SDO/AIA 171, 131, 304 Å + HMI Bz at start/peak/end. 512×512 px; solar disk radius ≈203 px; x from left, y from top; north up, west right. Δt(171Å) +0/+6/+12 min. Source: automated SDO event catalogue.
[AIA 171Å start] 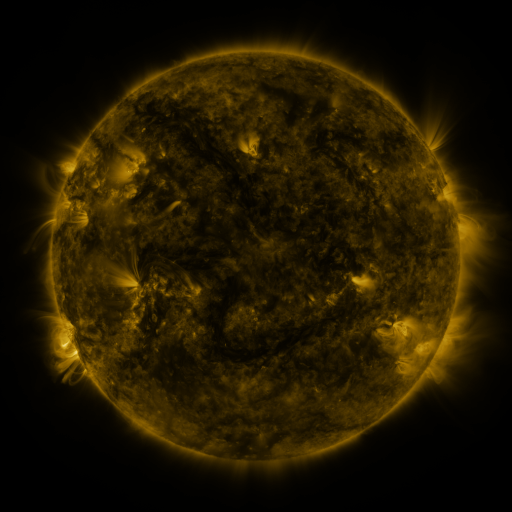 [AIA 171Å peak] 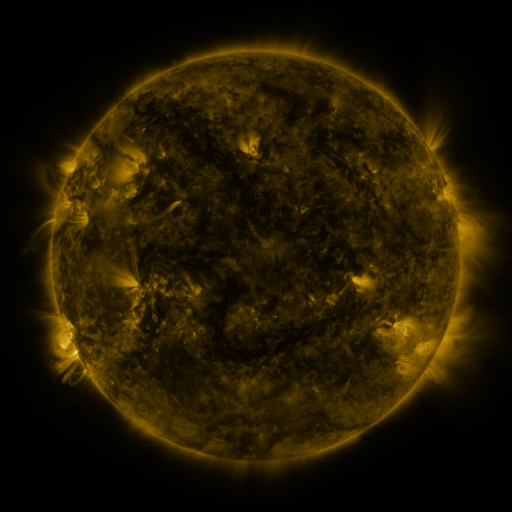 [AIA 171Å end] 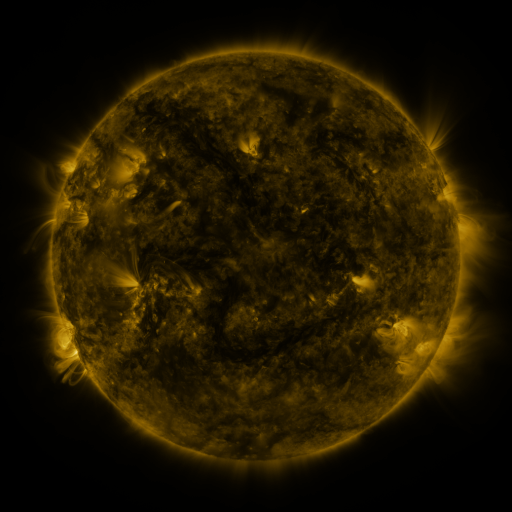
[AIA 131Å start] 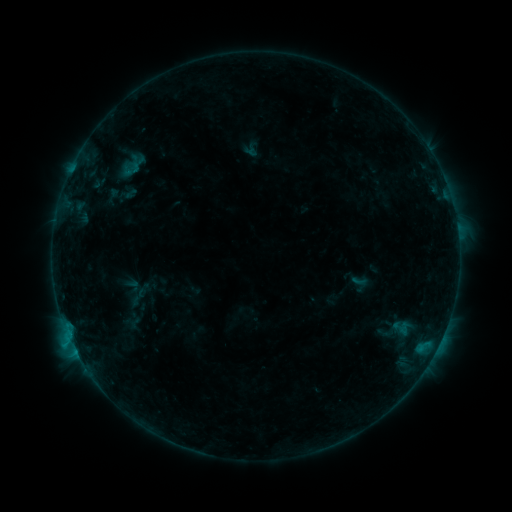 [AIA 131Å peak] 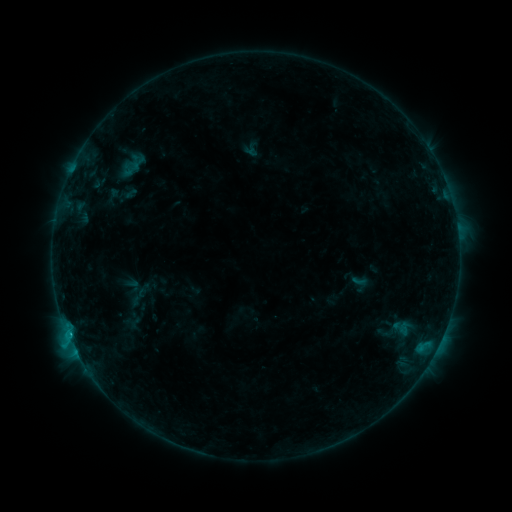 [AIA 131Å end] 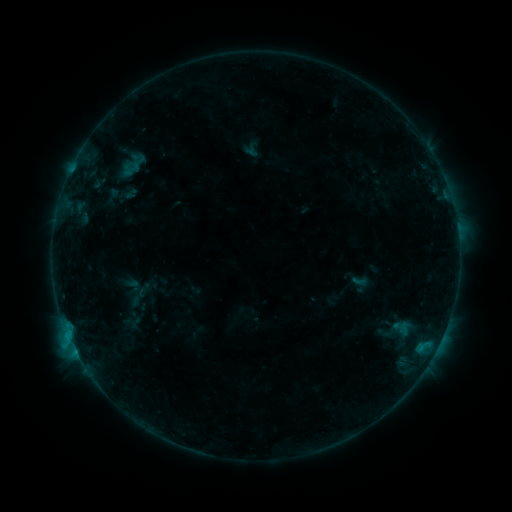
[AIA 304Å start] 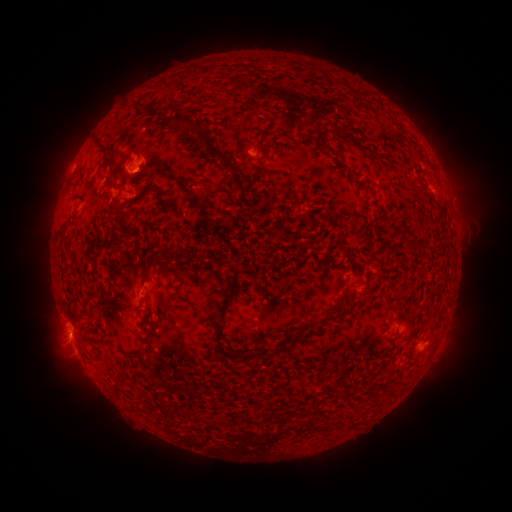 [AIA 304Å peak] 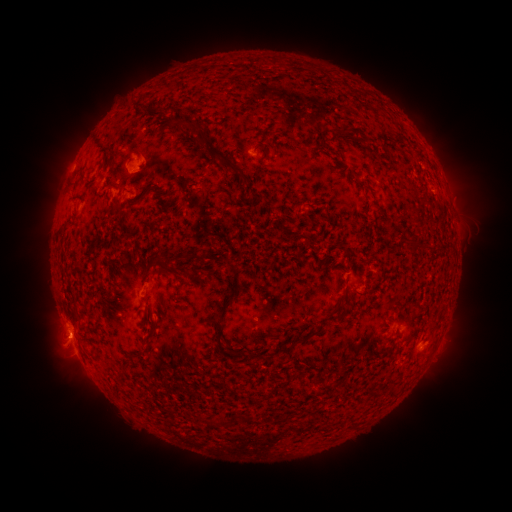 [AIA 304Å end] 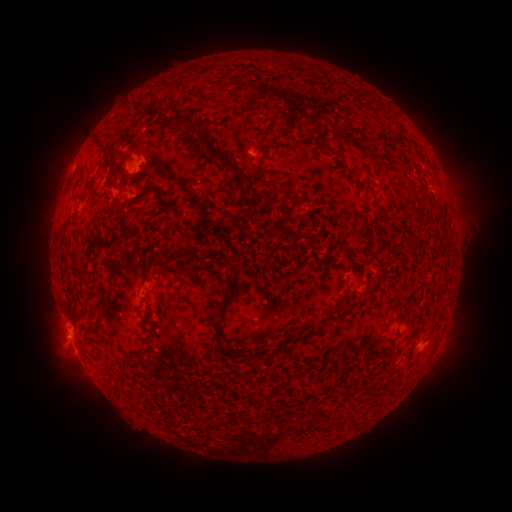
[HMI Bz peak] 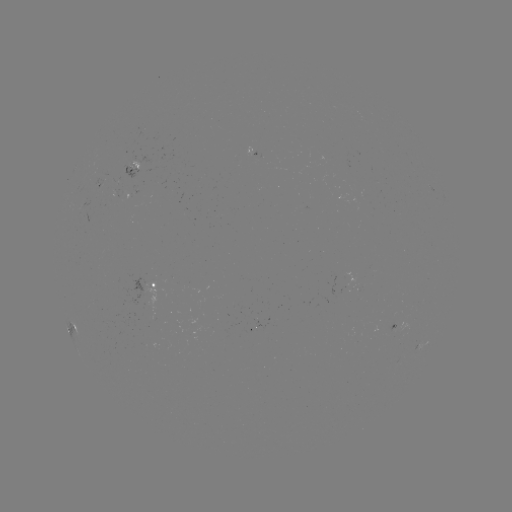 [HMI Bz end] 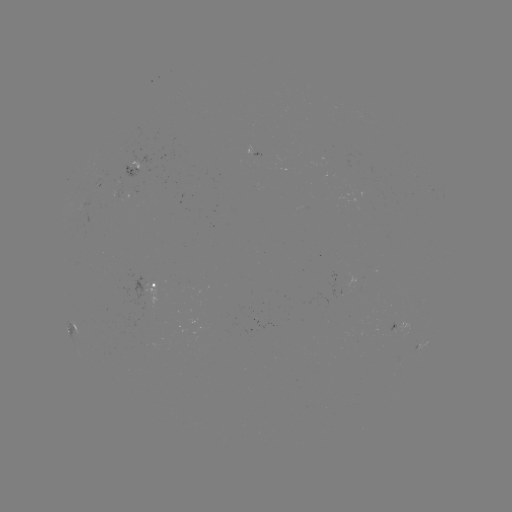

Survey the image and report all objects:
B5.8 flare: (422, 346)
